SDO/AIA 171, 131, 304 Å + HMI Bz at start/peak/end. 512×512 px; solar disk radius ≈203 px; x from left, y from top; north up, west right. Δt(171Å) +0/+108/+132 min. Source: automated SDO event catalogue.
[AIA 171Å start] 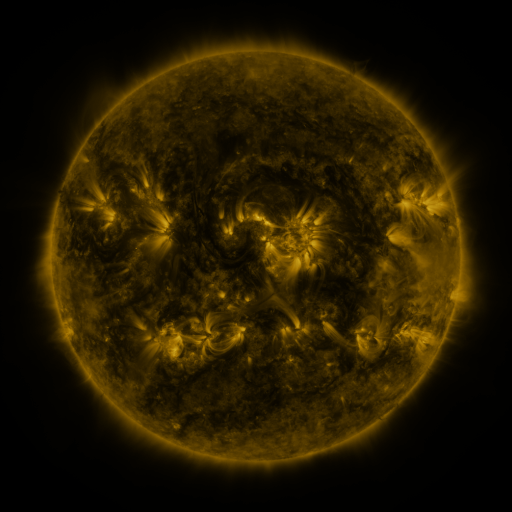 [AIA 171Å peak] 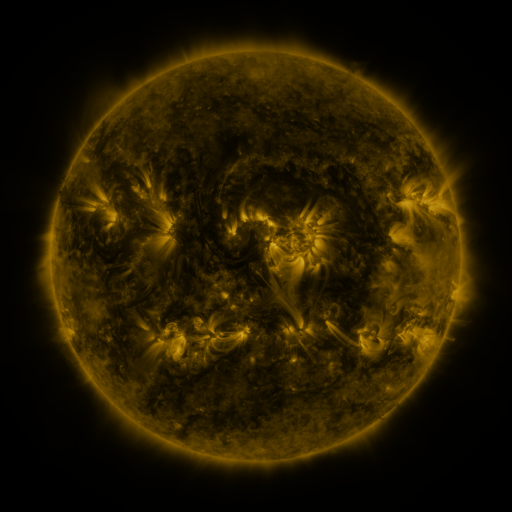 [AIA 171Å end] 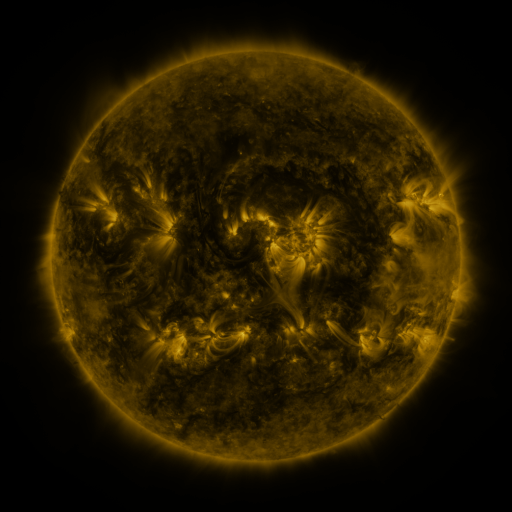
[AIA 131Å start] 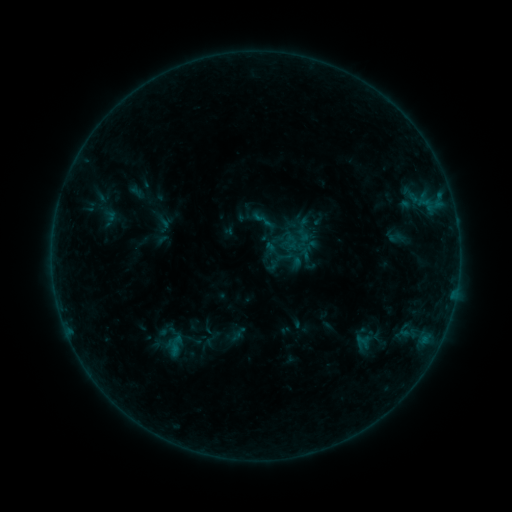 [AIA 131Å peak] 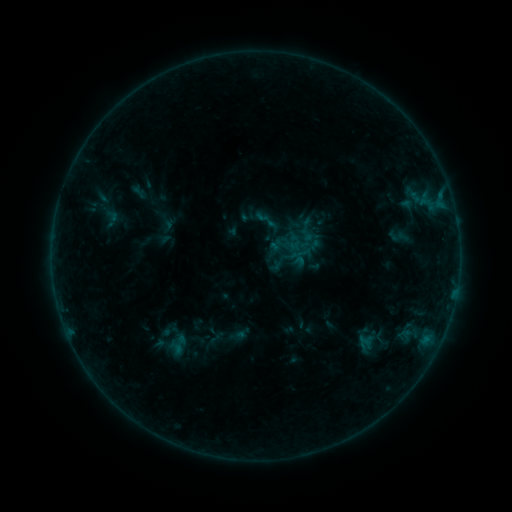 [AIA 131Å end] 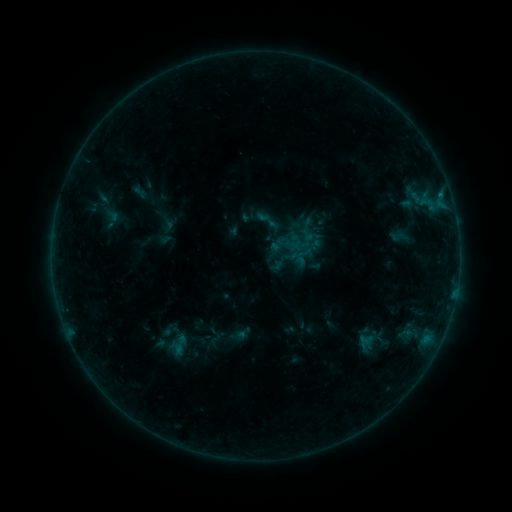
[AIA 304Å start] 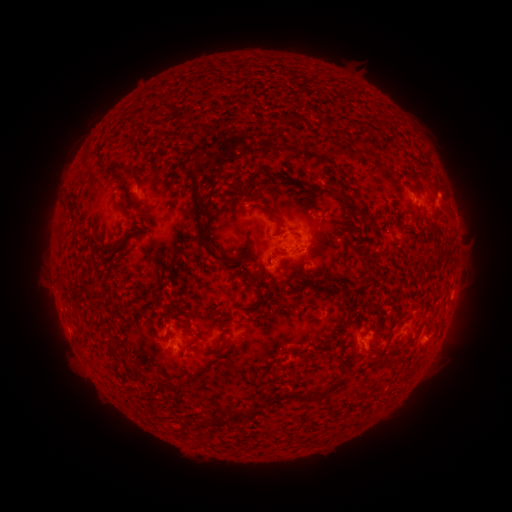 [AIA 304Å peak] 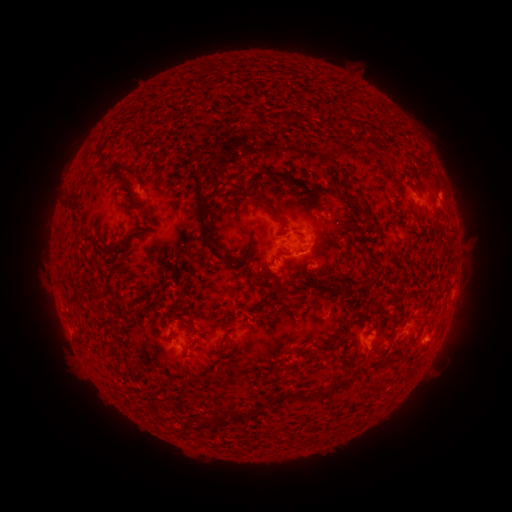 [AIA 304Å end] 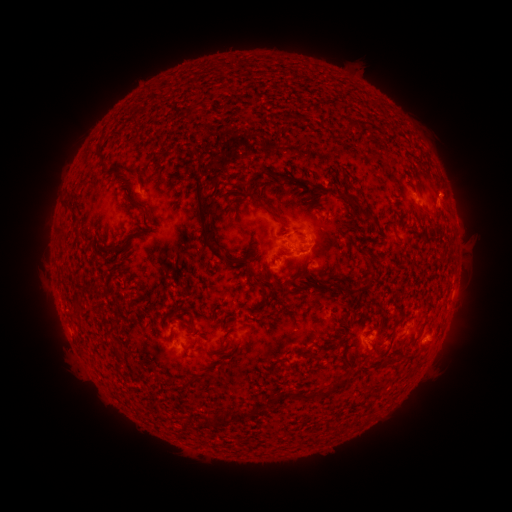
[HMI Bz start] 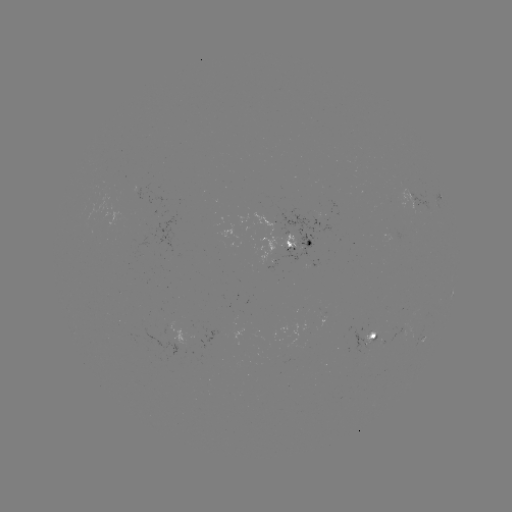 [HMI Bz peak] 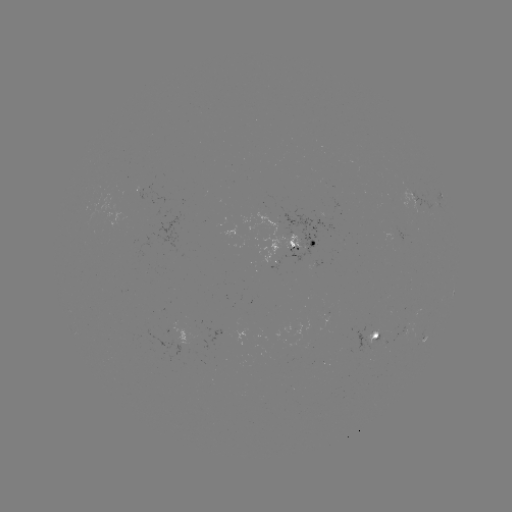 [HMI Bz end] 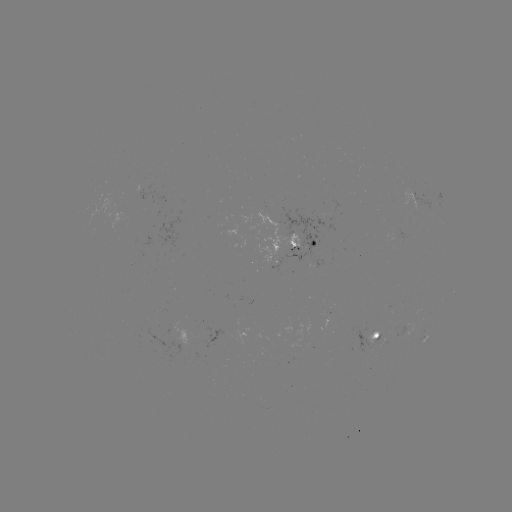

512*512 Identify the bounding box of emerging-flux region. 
[320, 224, 335, 232].